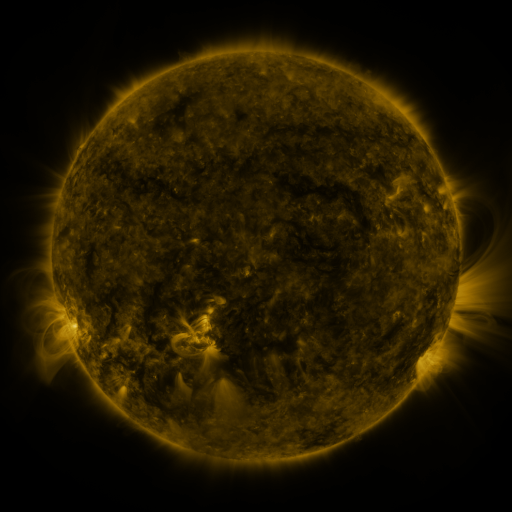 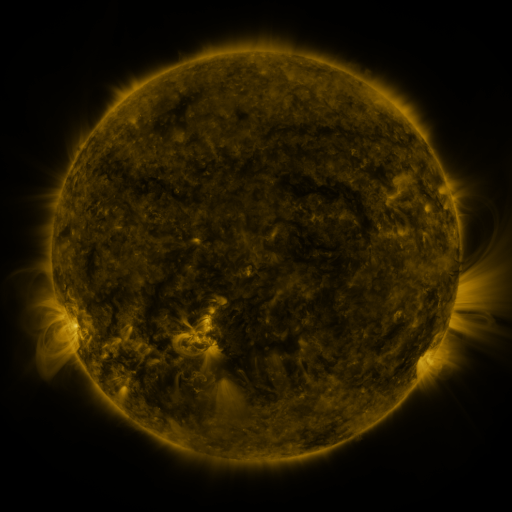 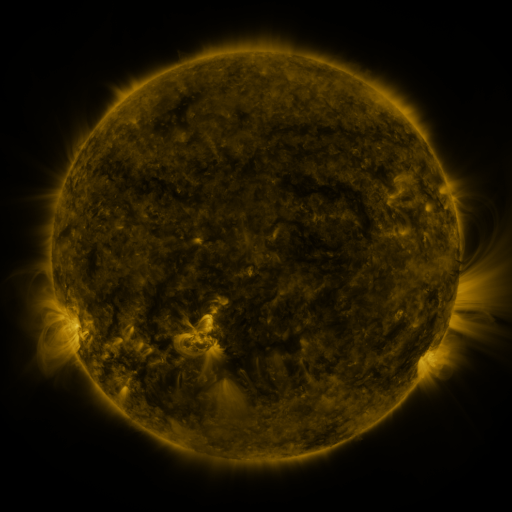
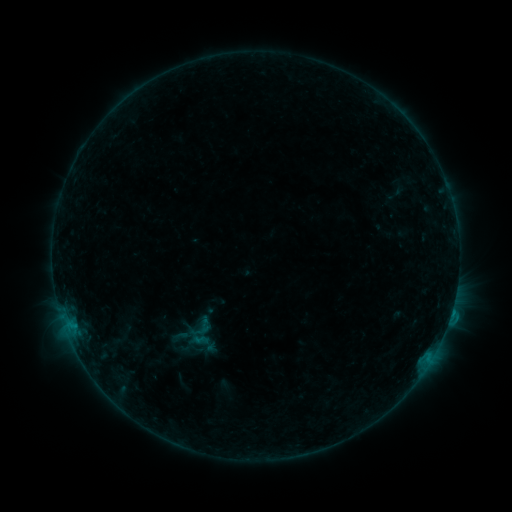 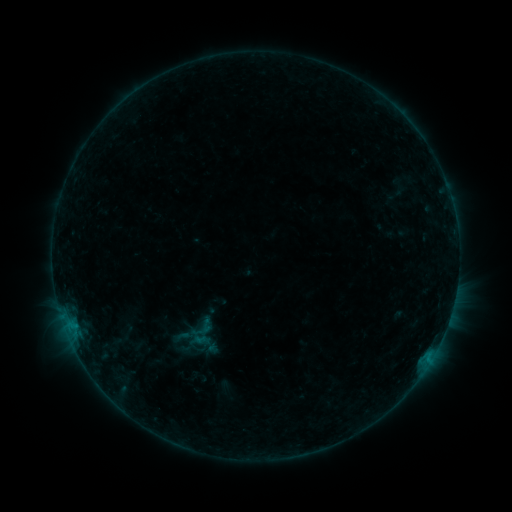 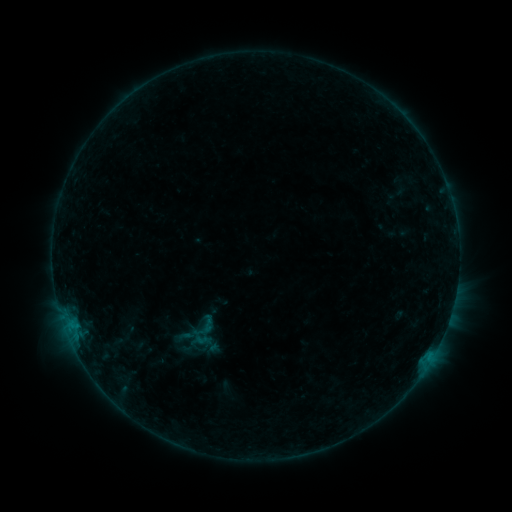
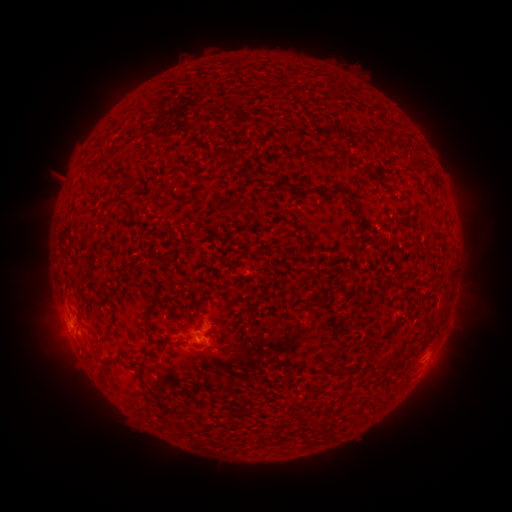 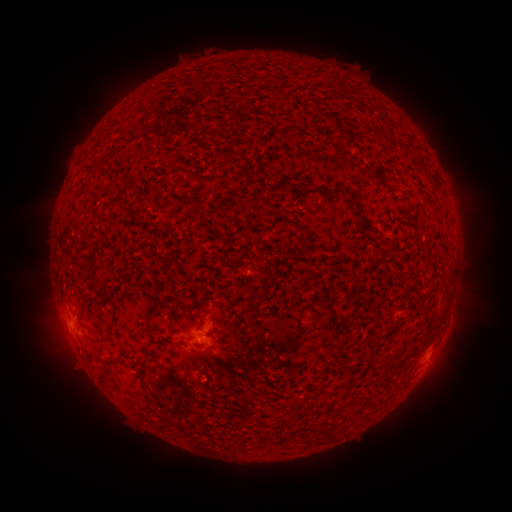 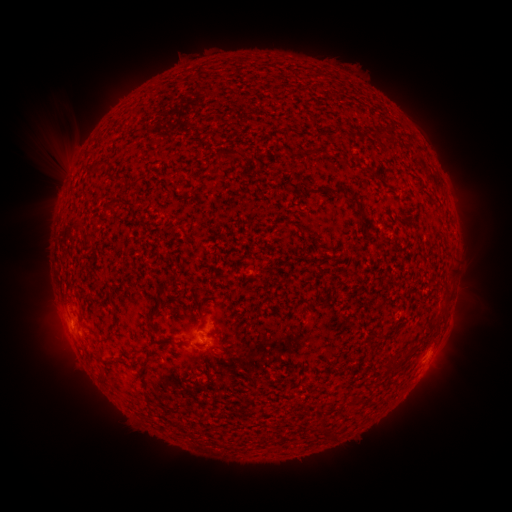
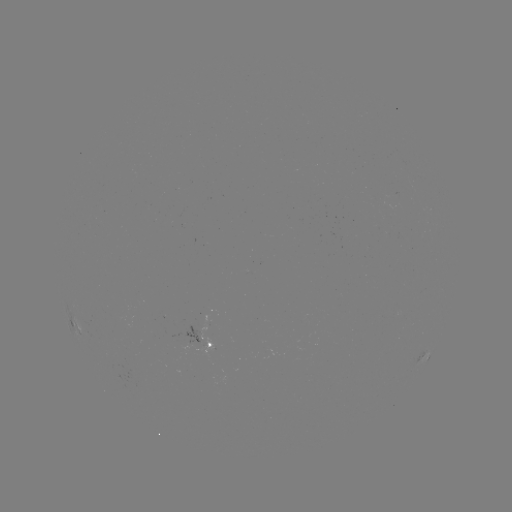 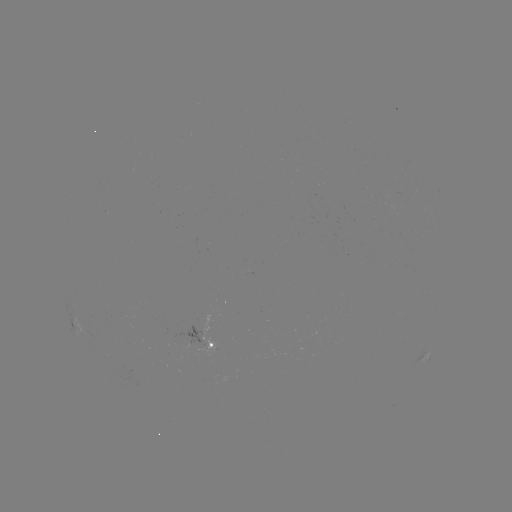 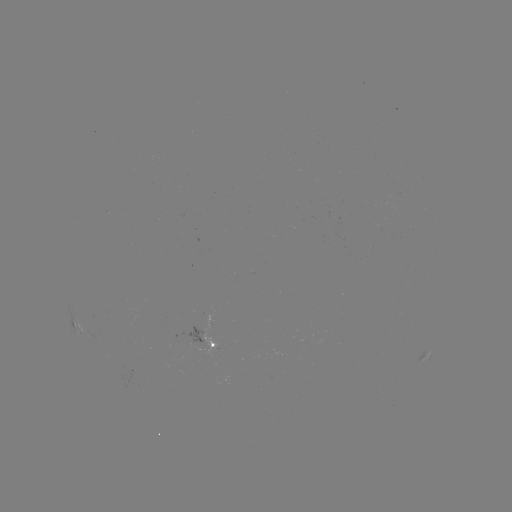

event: filament eruption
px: (189, 393)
